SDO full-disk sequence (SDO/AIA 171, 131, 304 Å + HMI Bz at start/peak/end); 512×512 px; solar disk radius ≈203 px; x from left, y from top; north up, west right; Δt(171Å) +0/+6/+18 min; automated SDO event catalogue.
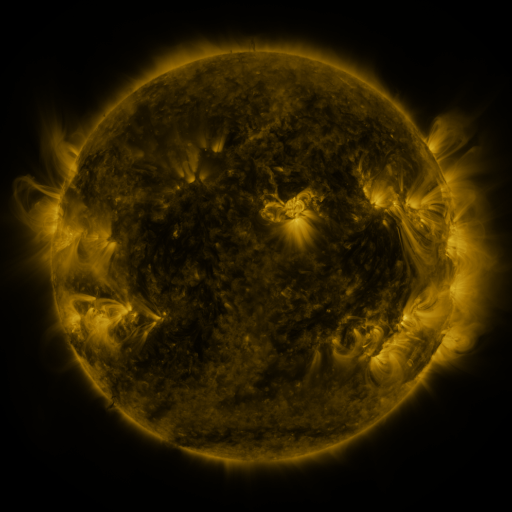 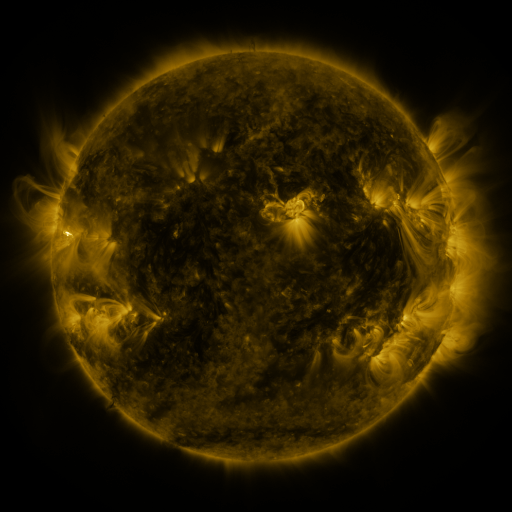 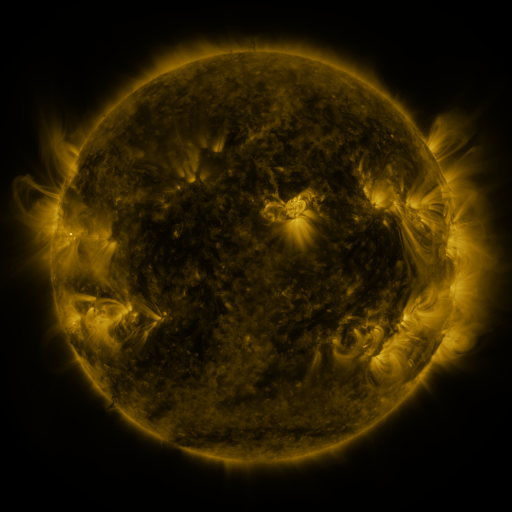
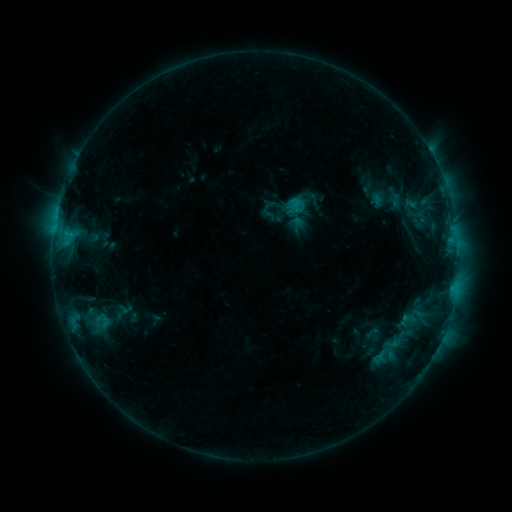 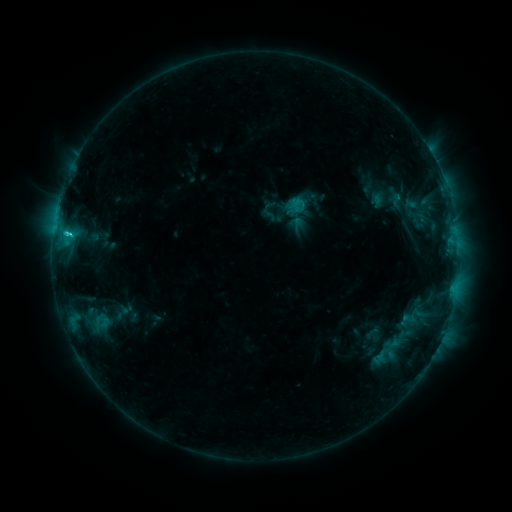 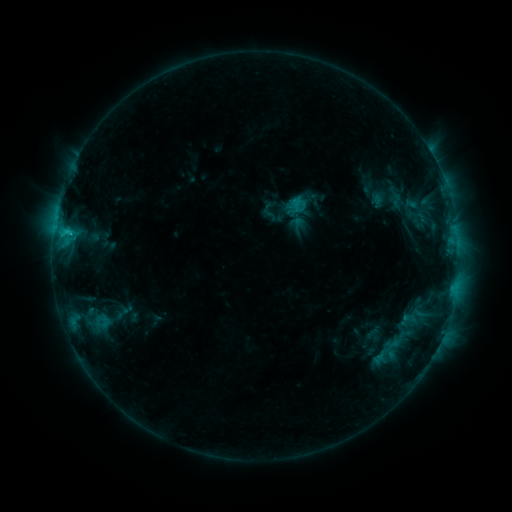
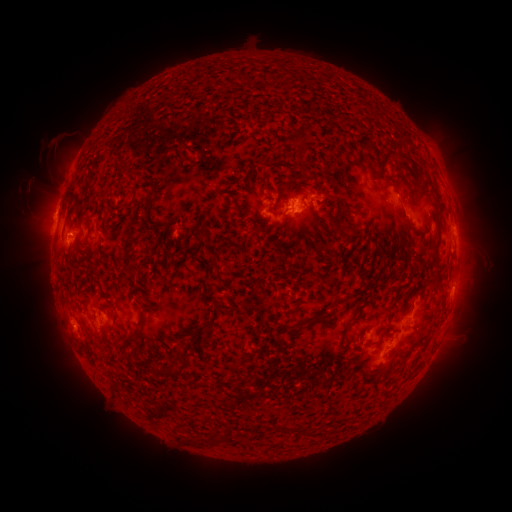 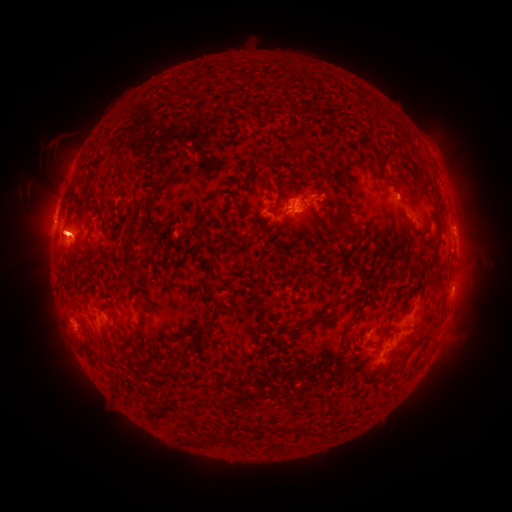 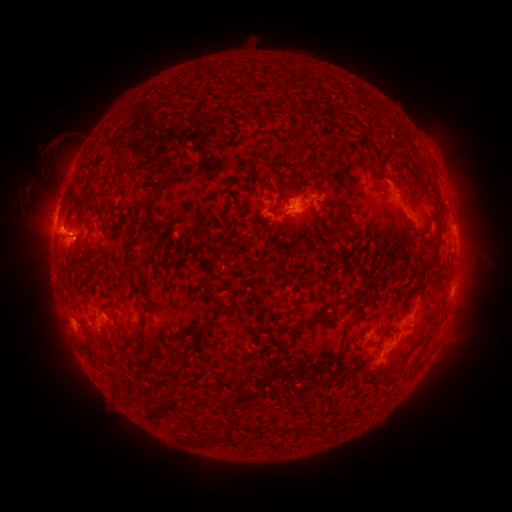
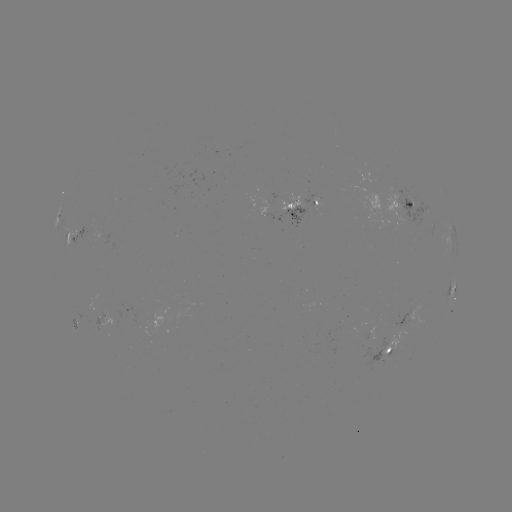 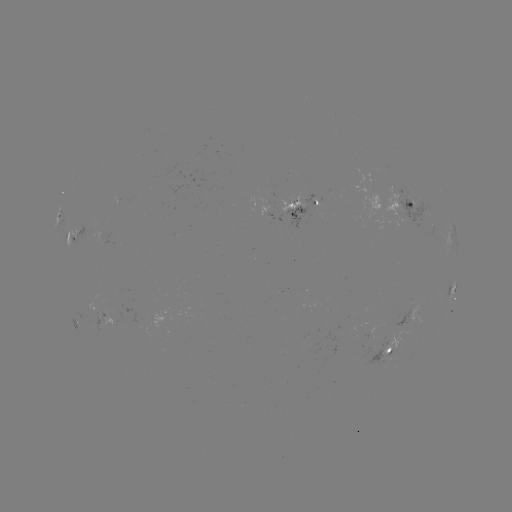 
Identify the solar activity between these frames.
C1.6 flare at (69, 235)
